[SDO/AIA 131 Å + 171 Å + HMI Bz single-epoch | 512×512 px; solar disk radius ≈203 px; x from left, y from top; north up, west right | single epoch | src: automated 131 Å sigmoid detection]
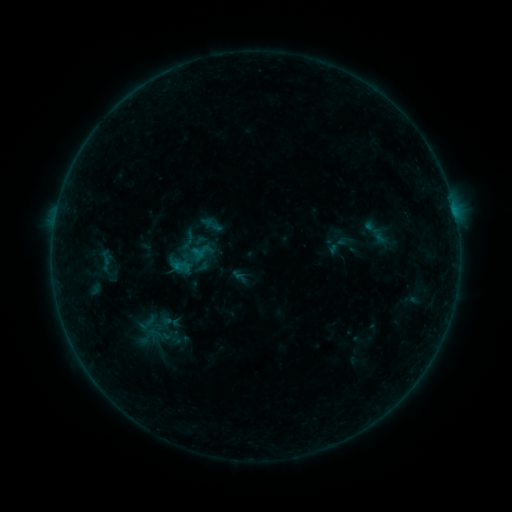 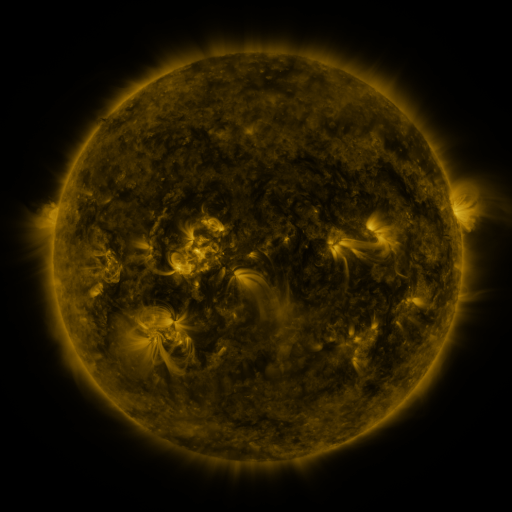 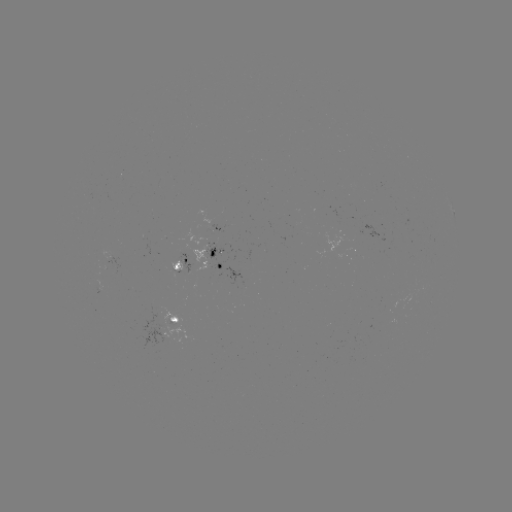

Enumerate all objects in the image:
sigmoid: (188, 241)
